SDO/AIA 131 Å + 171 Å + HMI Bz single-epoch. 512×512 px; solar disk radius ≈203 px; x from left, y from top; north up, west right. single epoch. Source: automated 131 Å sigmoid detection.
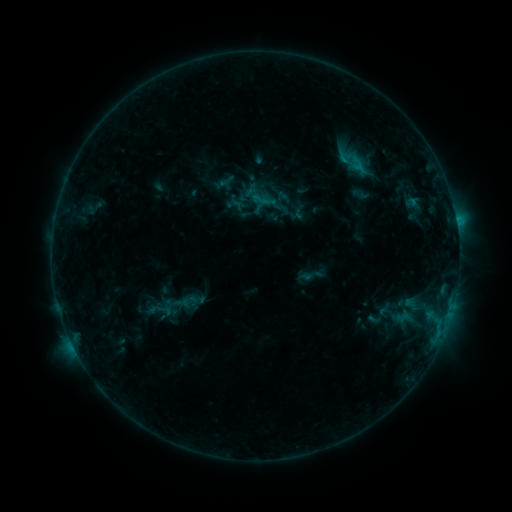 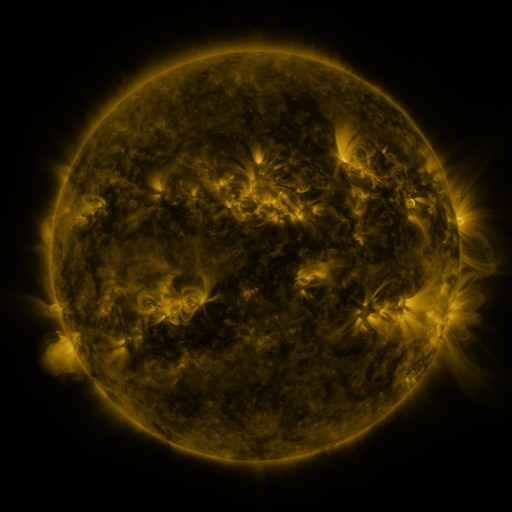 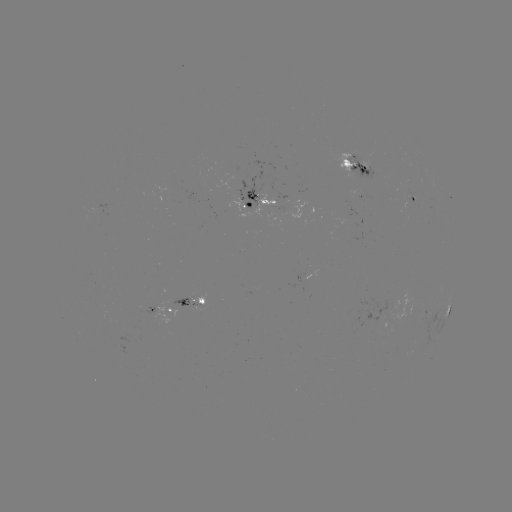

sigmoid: (328, 142, 379, 182)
